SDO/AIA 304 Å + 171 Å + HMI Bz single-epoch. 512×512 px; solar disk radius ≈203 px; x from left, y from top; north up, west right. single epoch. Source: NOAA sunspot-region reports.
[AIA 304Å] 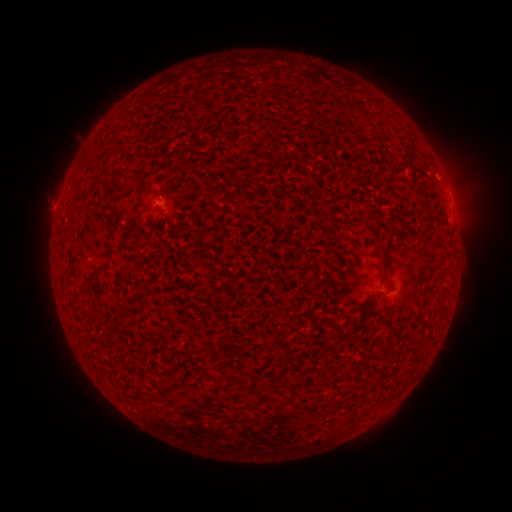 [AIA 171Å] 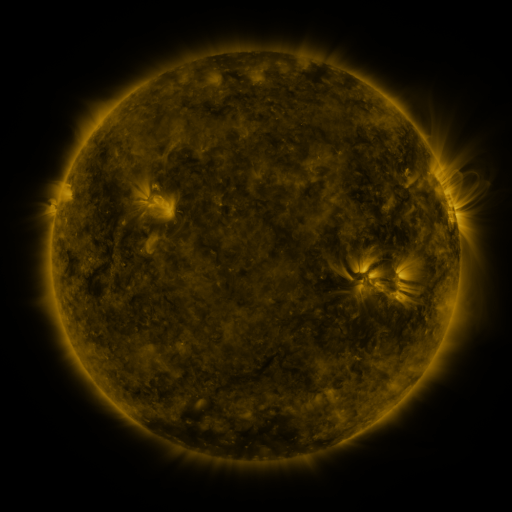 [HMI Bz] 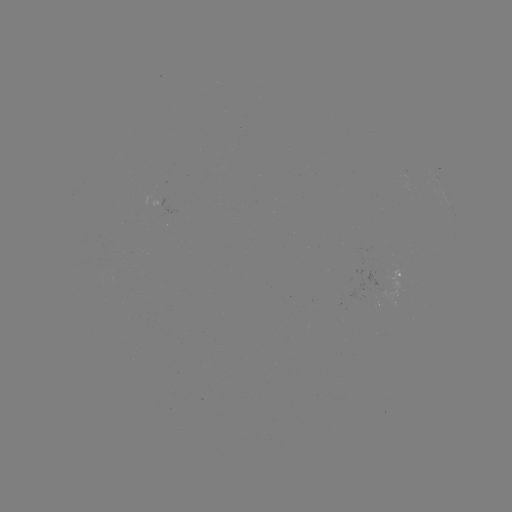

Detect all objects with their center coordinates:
spotted active region: (171, 203)
spotted active region: (453, 210)
spotted active region: (400, 277)
